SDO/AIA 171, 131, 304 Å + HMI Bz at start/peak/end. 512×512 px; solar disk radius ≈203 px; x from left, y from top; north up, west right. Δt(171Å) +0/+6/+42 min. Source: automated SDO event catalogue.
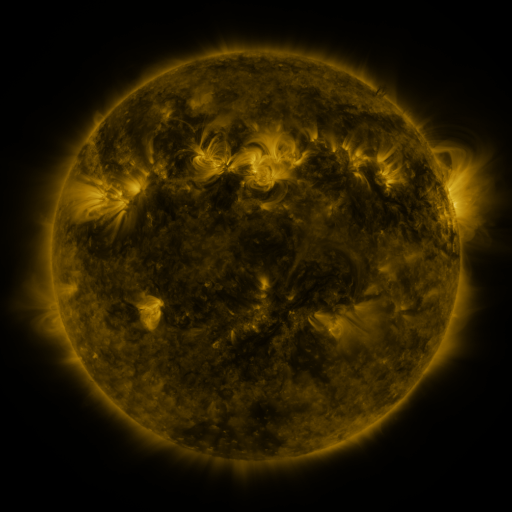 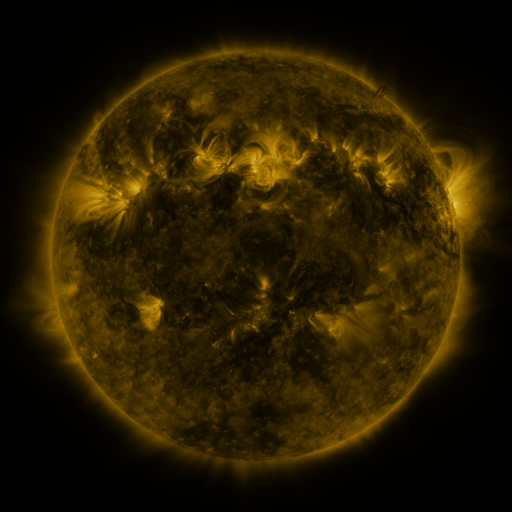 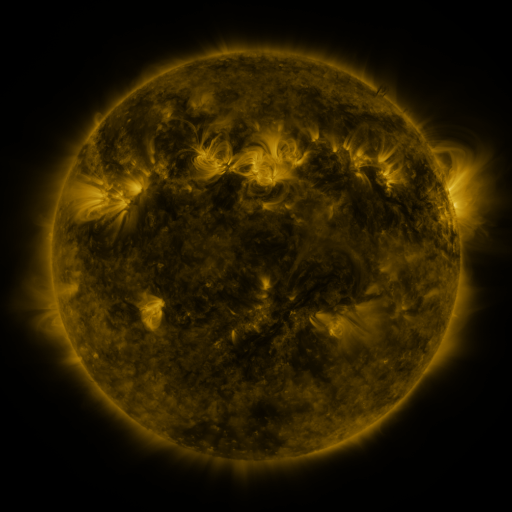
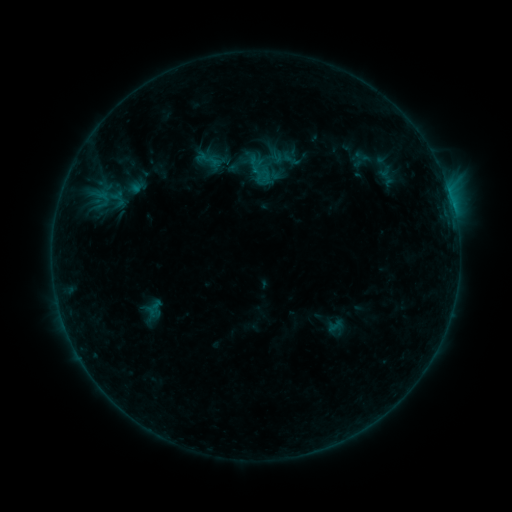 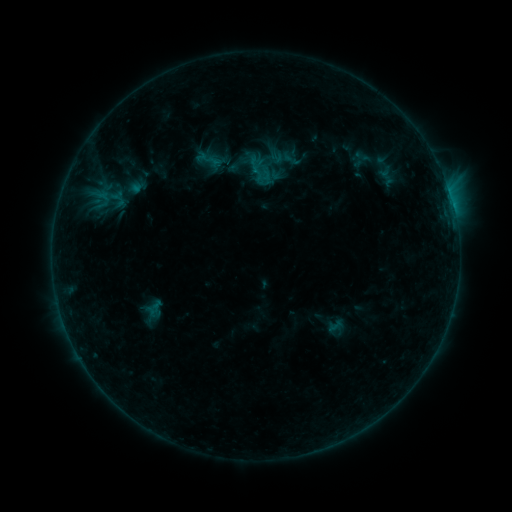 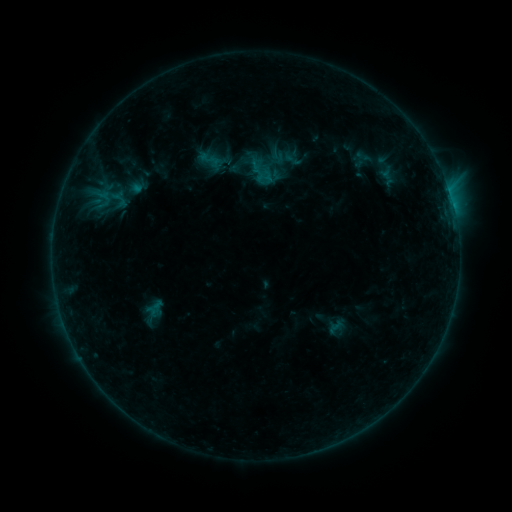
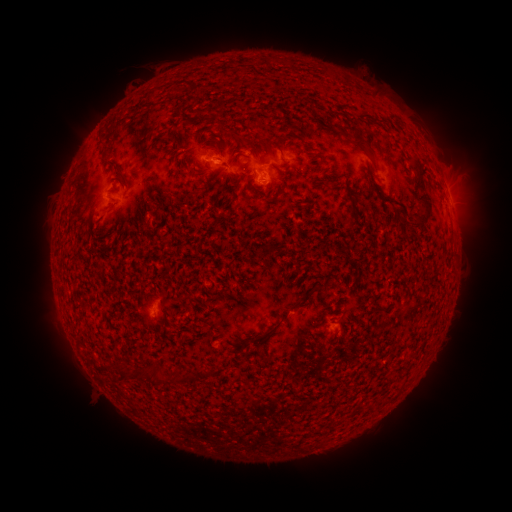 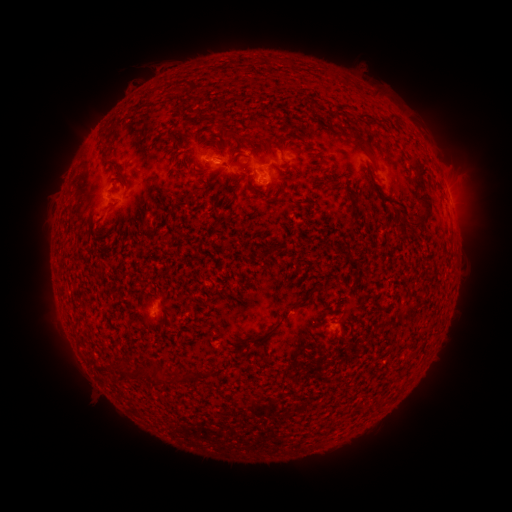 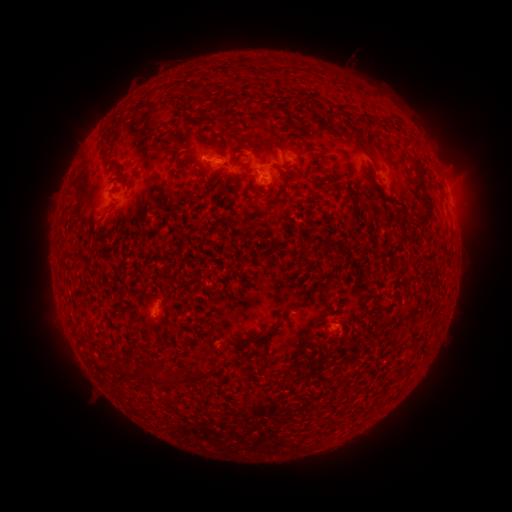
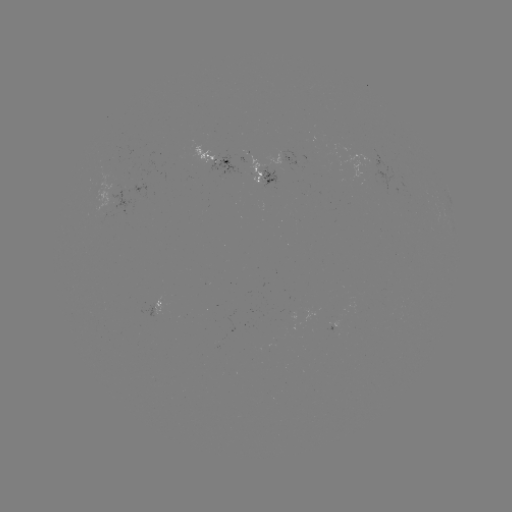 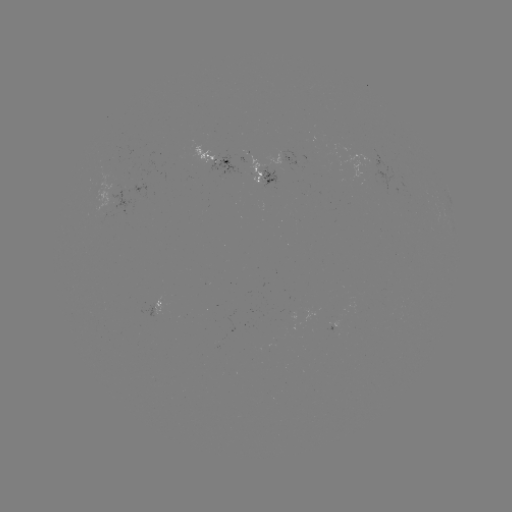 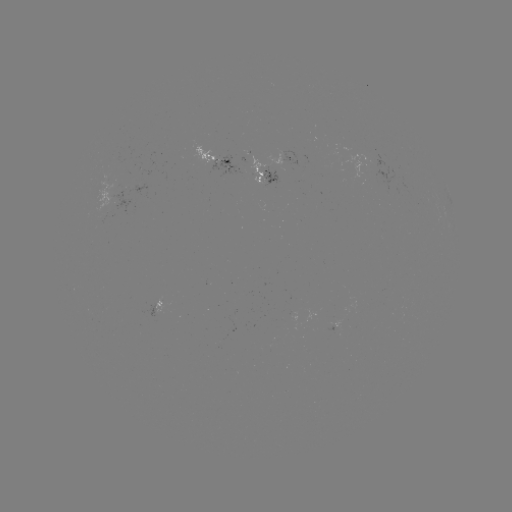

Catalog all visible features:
emerging-flux region: (279, 156)
